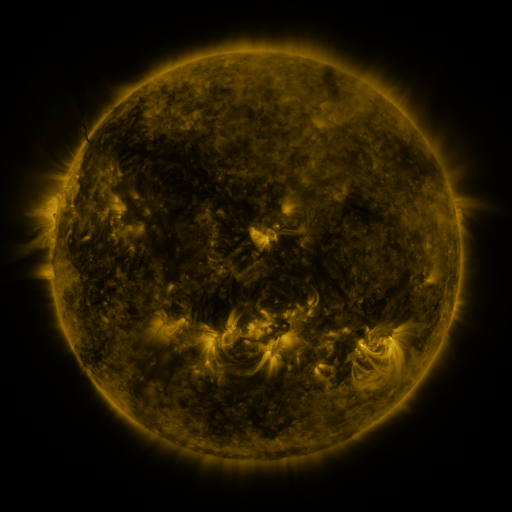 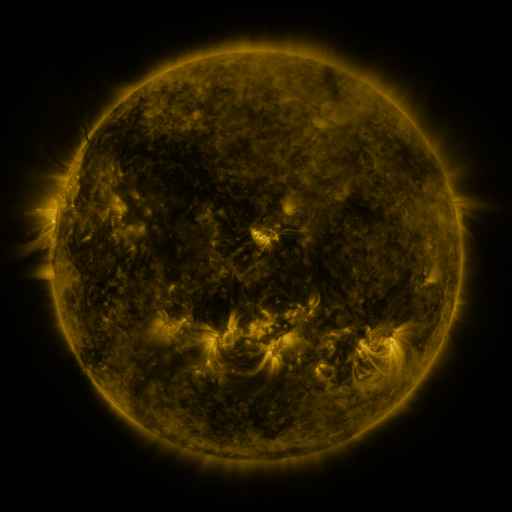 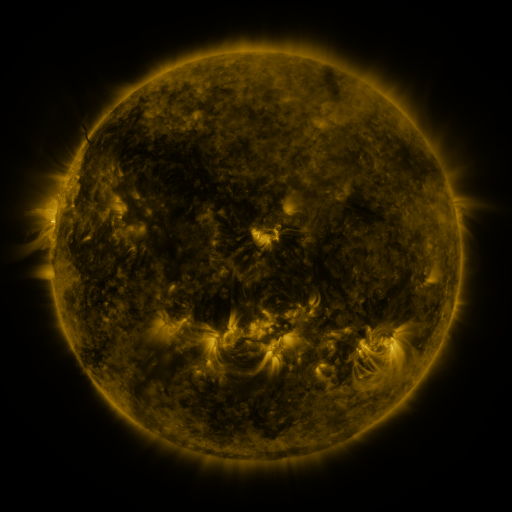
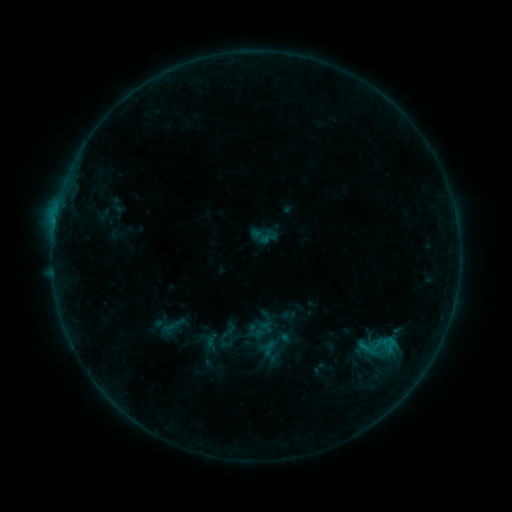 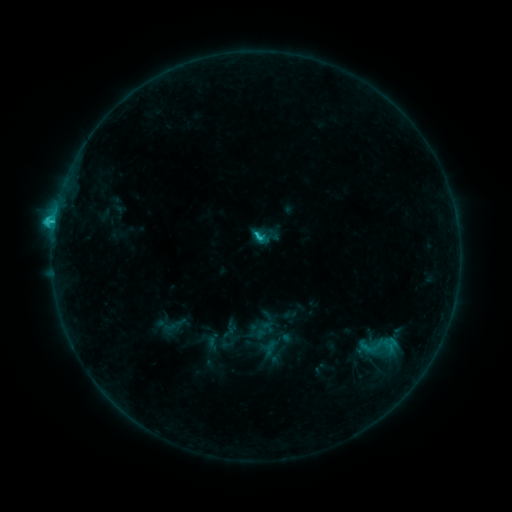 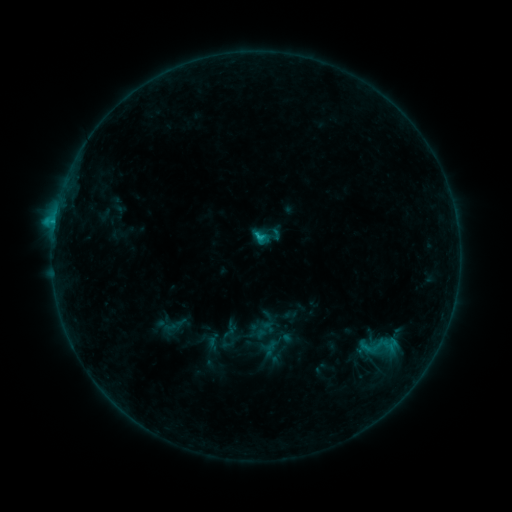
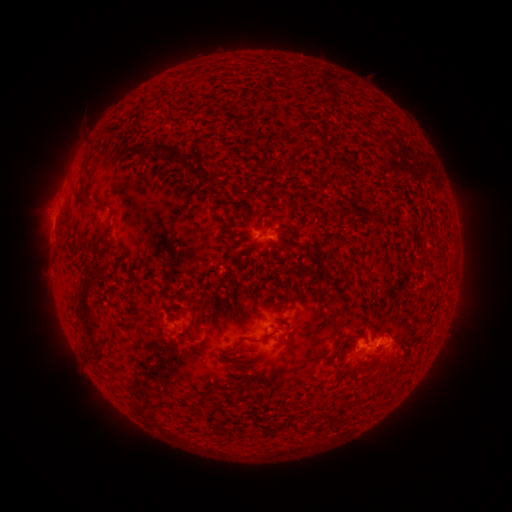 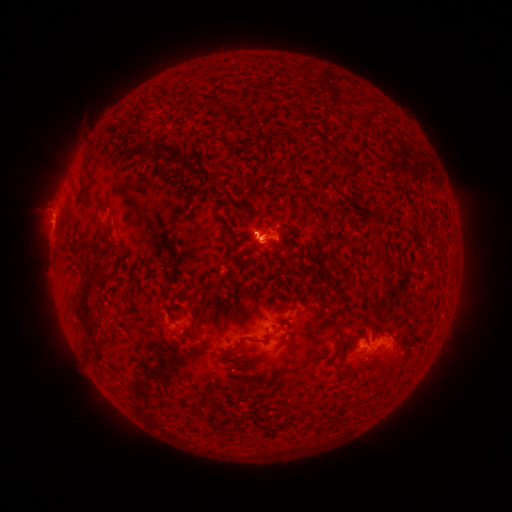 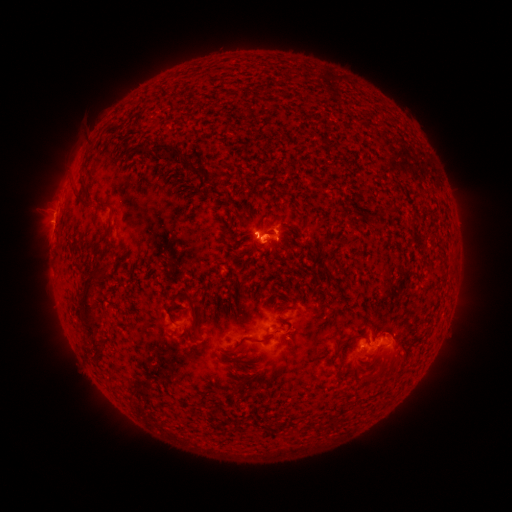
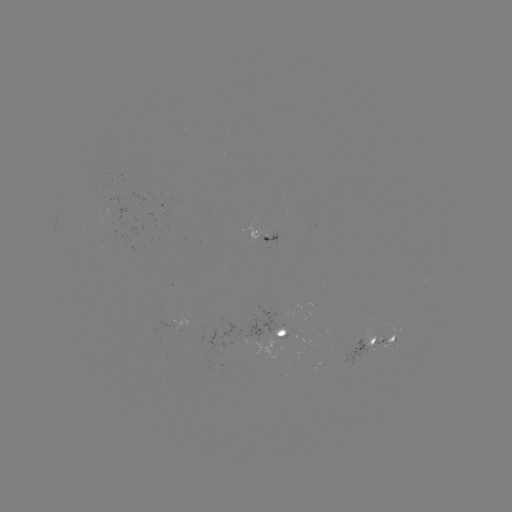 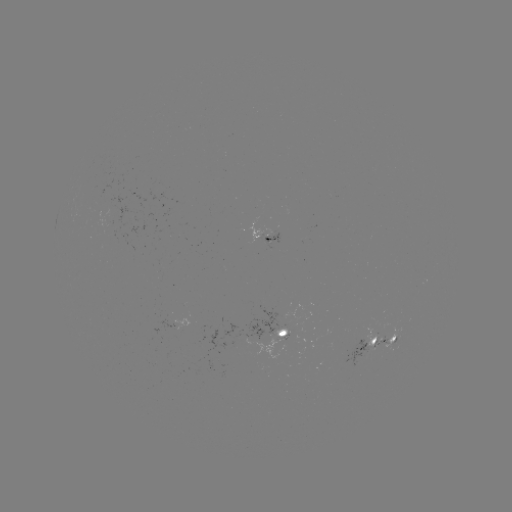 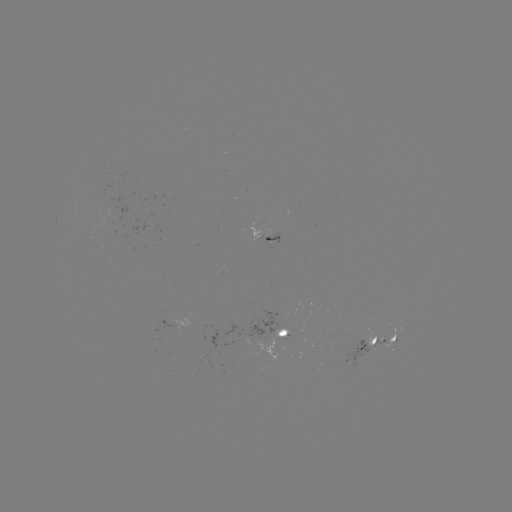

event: flare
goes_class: C2.4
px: (256, 238)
